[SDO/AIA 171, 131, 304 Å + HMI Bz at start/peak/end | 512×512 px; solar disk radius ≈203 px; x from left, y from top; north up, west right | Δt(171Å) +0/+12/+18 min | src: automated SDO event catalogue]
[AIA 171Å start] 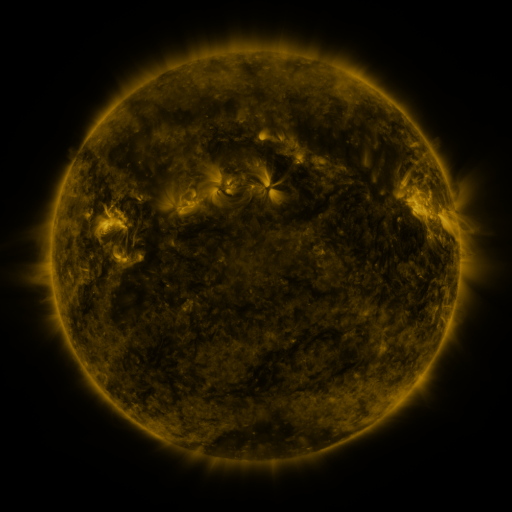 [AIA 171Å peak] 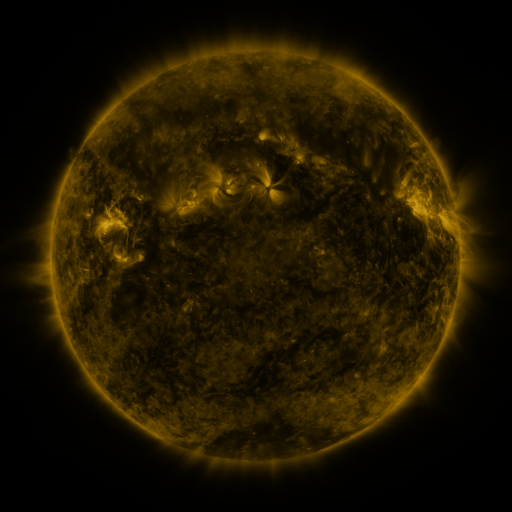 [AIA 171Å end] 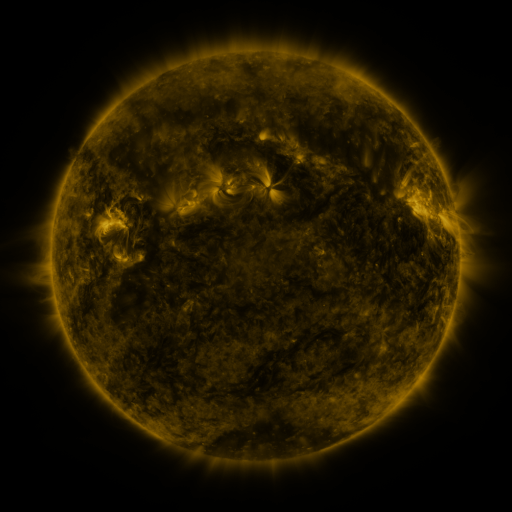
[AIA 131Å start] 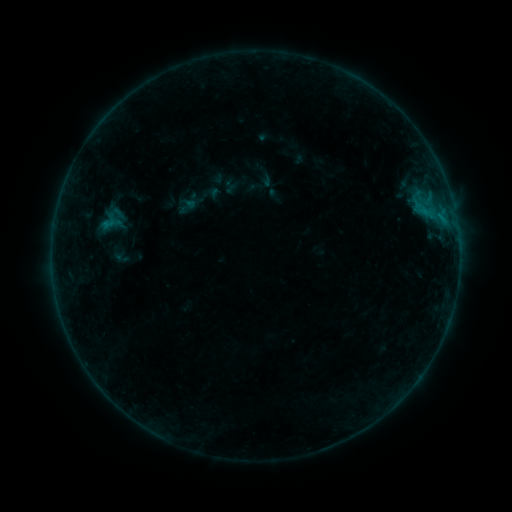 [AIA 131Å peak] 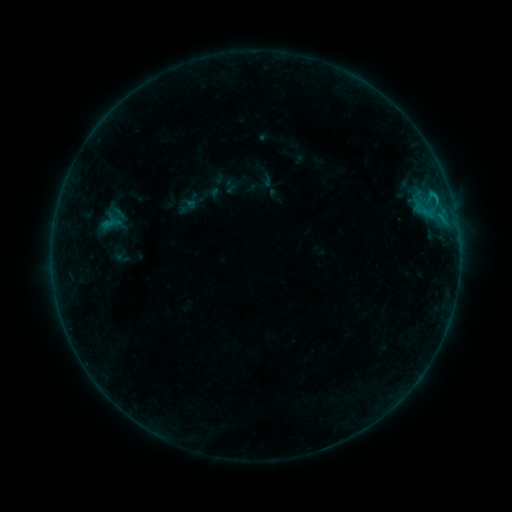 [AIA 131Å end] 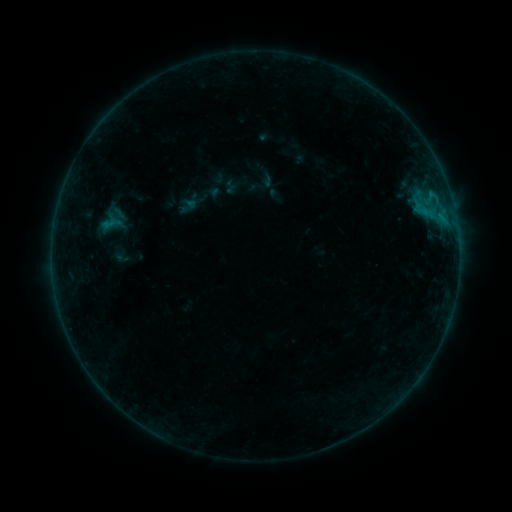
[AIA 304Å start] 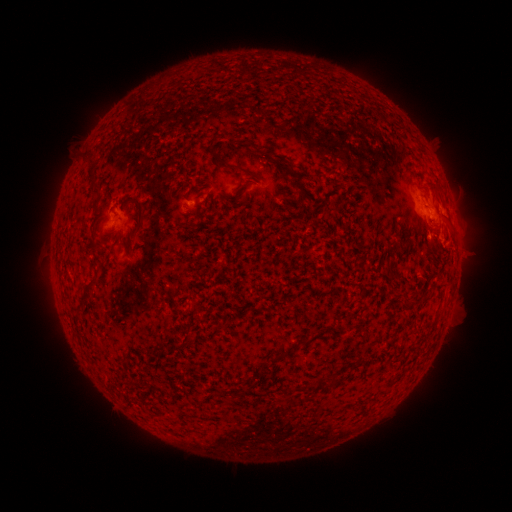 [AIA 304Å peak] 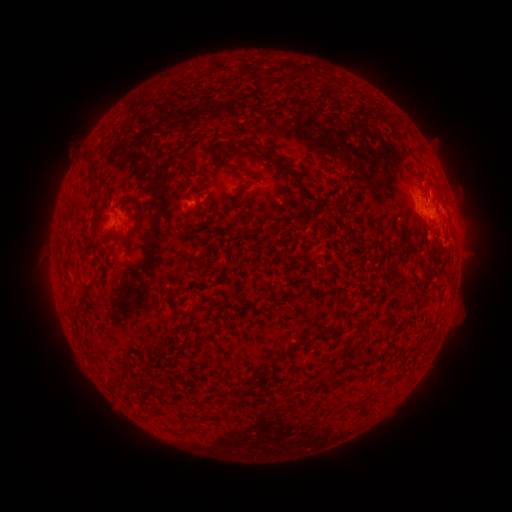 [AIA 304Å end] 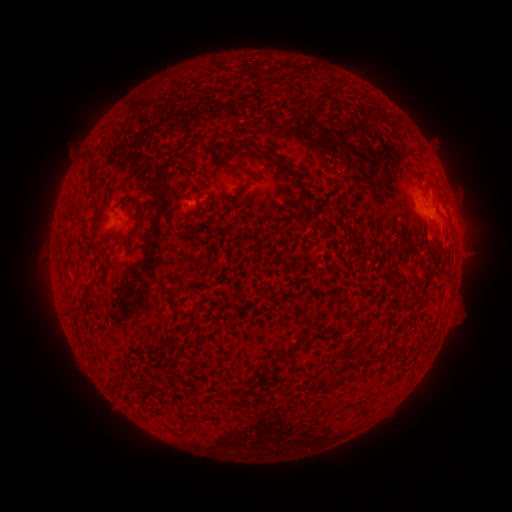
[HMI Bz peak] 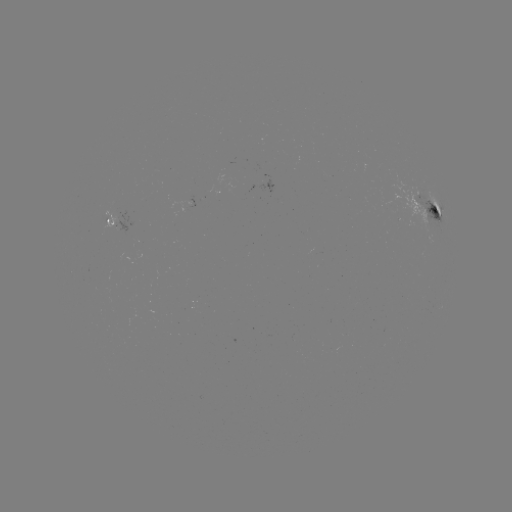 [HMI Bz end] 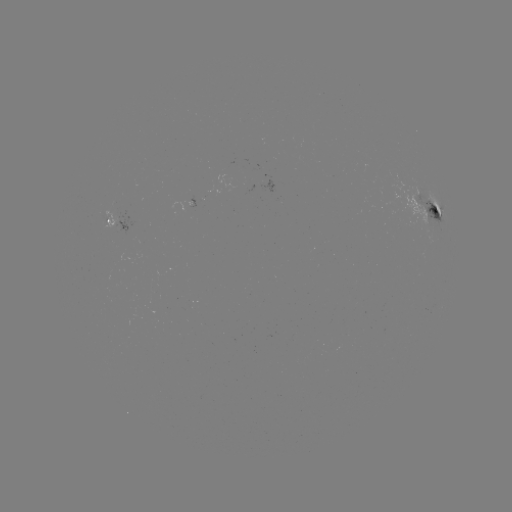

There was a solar flare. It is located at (431, 195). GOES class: B5.7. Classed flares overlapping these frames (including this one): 1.